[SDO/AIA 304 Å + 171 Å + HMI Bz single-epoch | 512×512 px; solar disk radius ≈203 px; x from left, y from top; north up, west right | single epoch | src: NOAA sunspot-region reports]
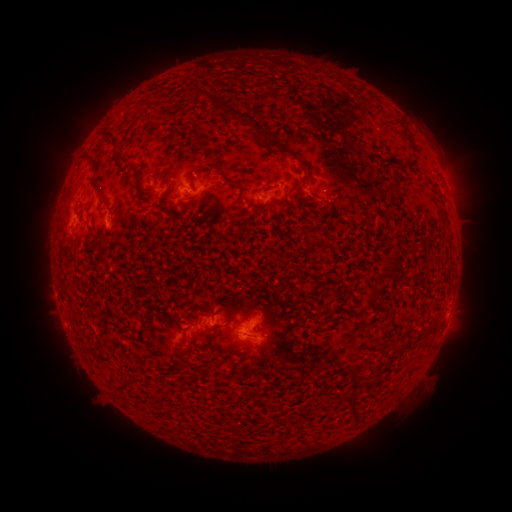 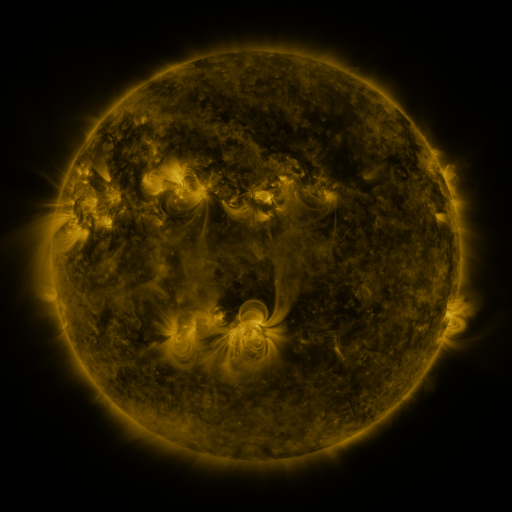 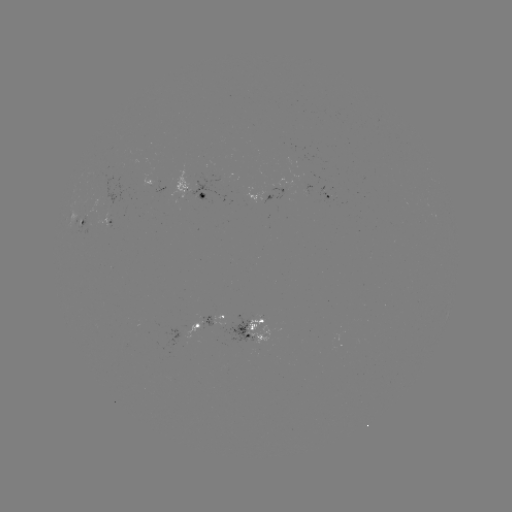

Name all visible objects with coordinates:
spotted active region: (156, 191)
spotted active region: (189, 194)
spotted active region: (326, 198)
spotted active region: (269, 201)
spotted active region: (80, 219)
spotted active region: (101, 226)
spotted active region: (212, 320)
spotted active region: (256, 330)
